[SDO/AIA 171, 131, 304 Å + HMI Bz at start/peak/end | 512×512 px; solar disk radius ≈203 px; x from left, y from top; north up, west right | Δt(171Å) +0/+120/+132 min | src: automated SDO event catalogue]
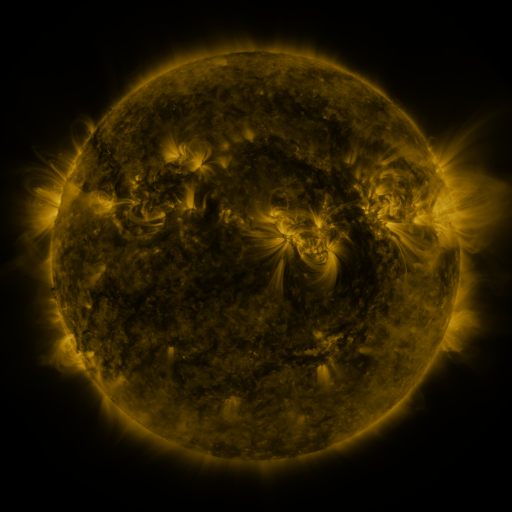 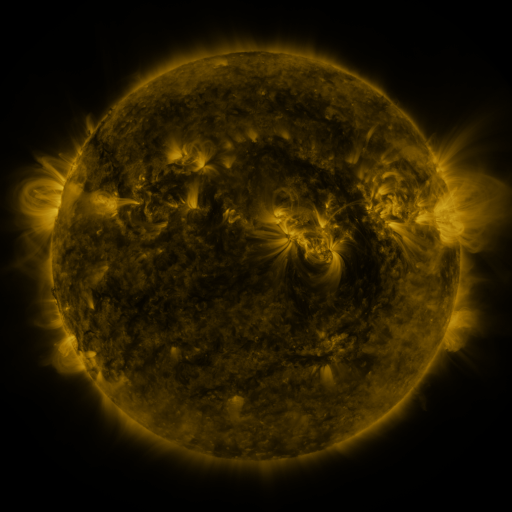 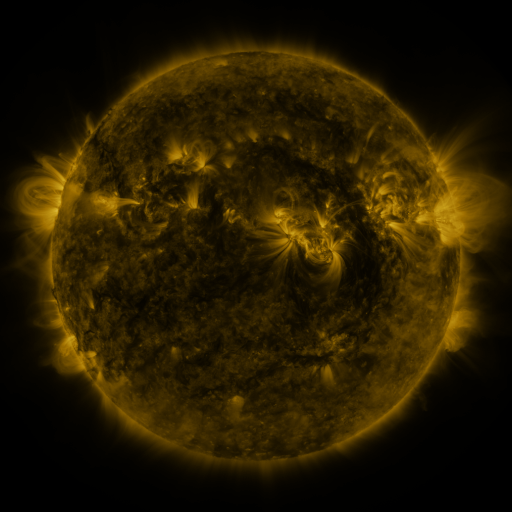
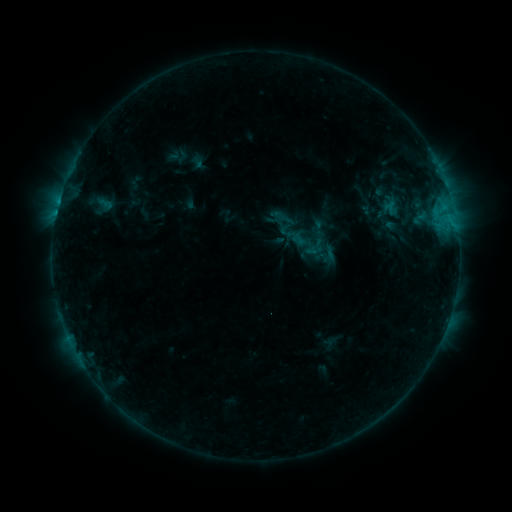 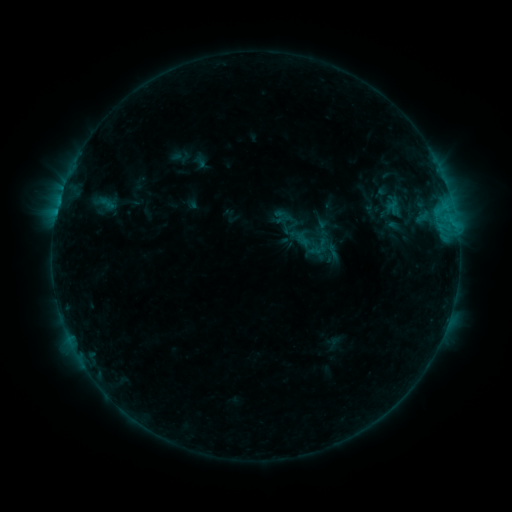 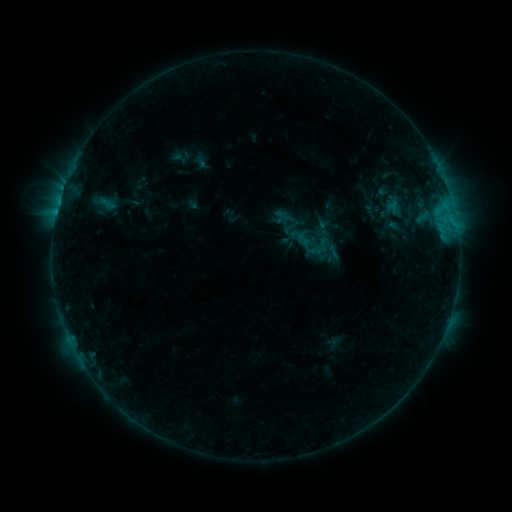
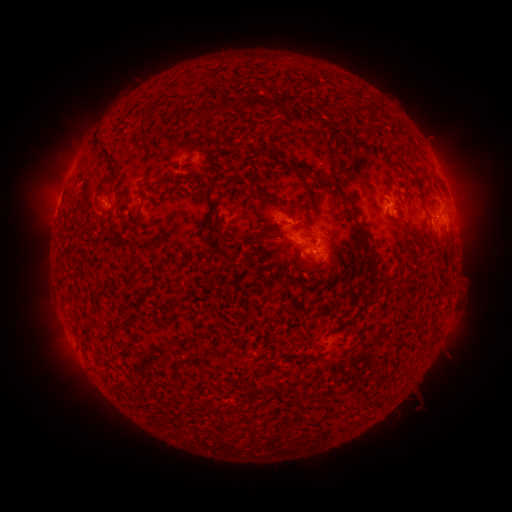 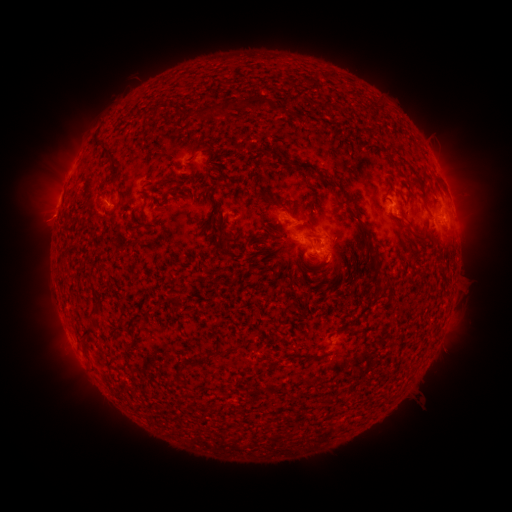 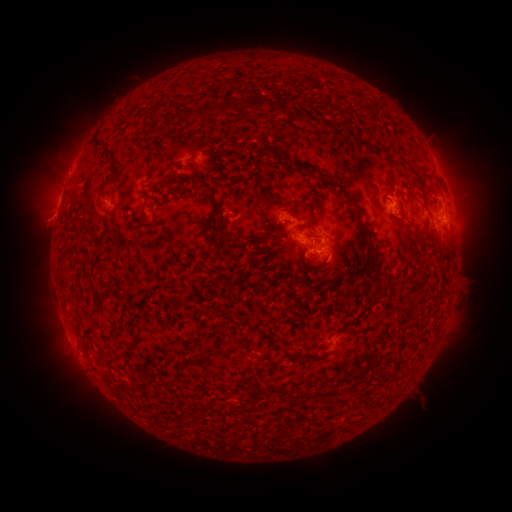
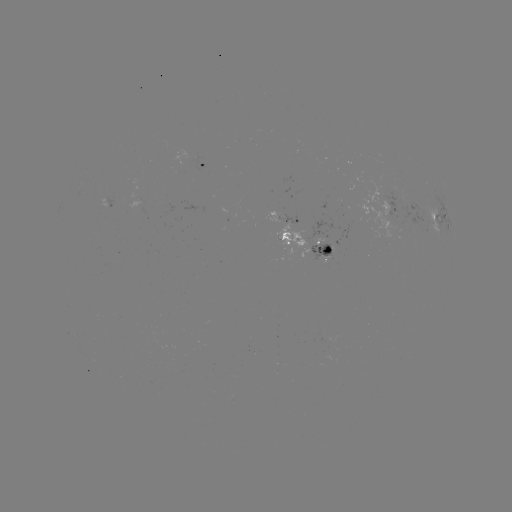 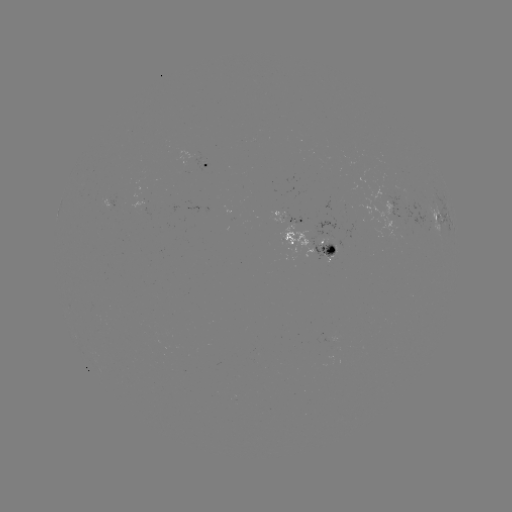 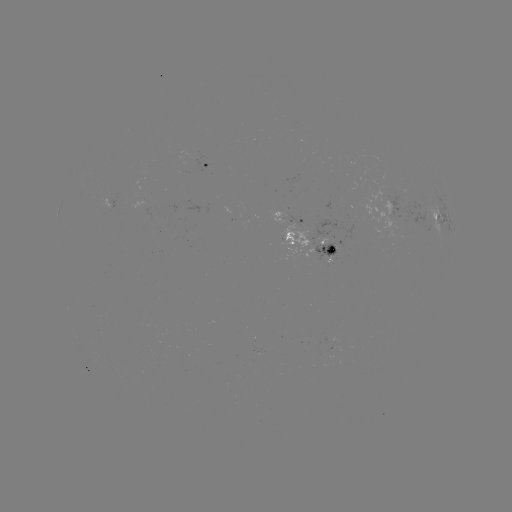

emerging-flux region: <bbox>311, 241, 336, 259</bbox>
